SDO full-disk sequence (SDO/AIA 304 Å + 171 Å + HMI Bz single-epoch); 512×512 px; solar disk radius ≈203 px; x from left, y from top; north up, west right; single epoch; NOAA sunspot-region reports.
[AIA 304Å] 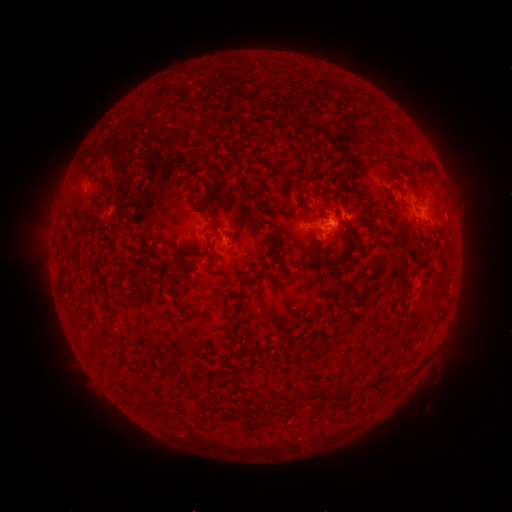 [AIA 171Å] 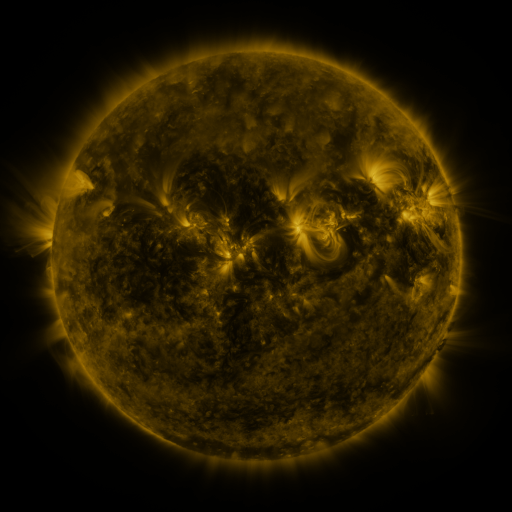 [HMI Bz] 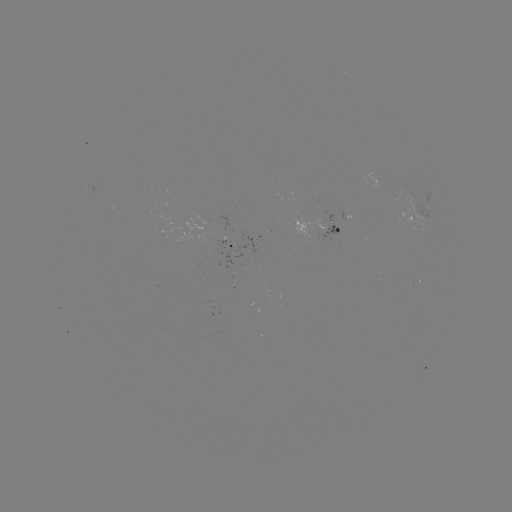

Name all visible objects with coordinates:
spotted active region: (417, 215)
spotted active region: (328, 231)
spotted active region: (241, 245)
spotted active region: (419, 283)
